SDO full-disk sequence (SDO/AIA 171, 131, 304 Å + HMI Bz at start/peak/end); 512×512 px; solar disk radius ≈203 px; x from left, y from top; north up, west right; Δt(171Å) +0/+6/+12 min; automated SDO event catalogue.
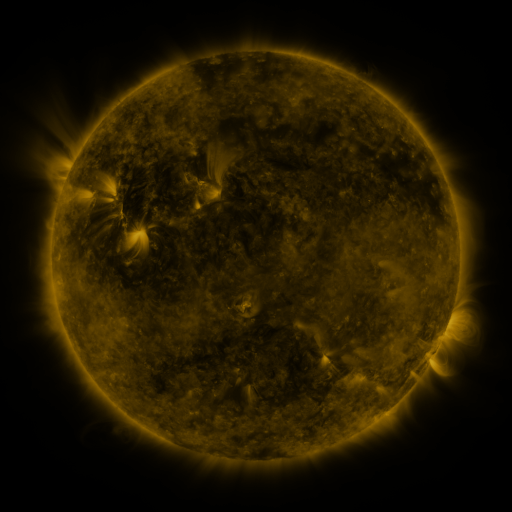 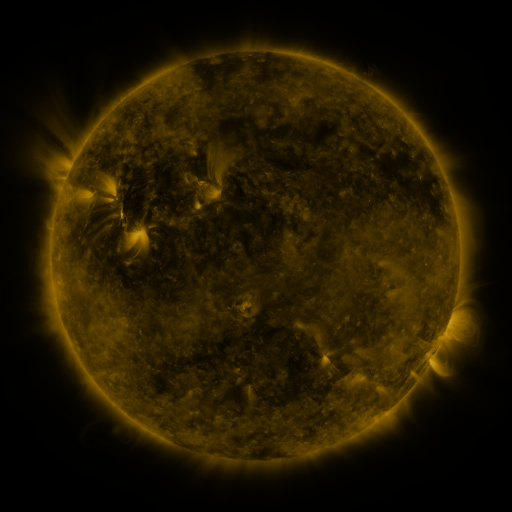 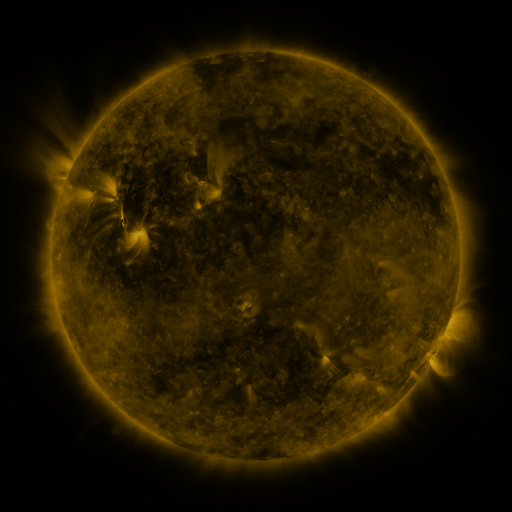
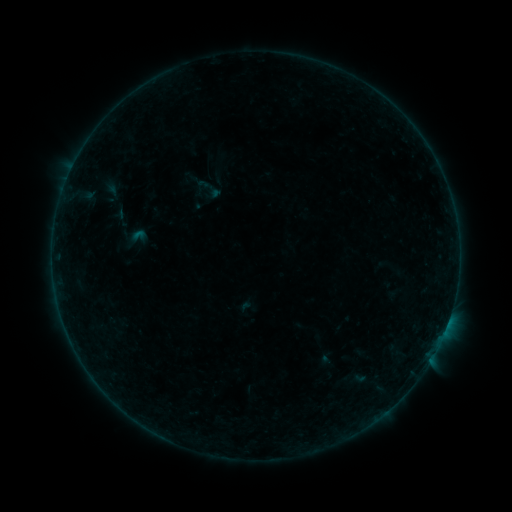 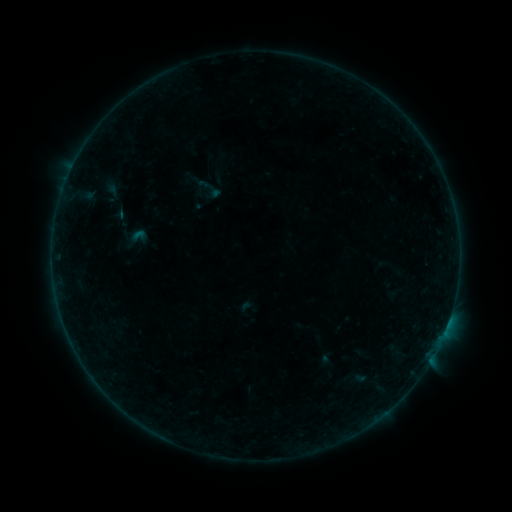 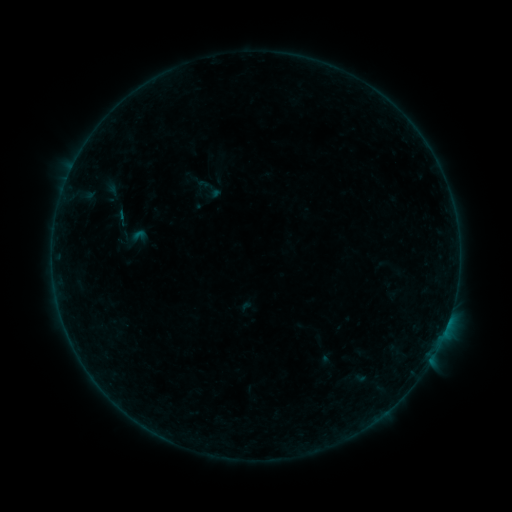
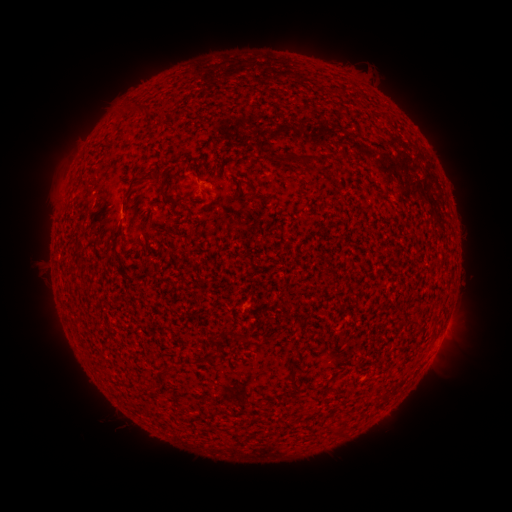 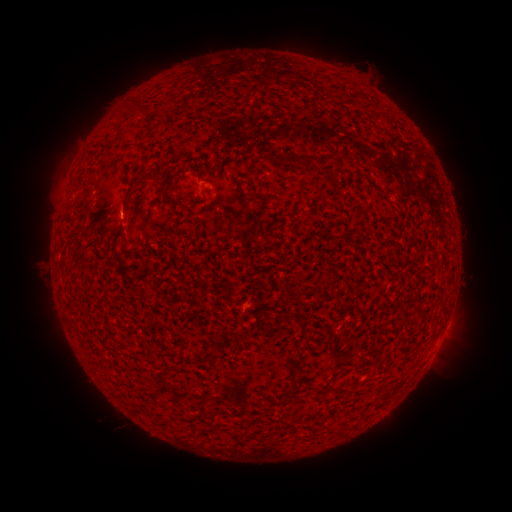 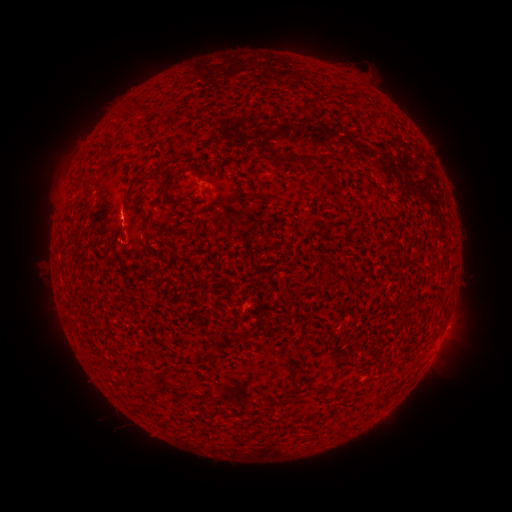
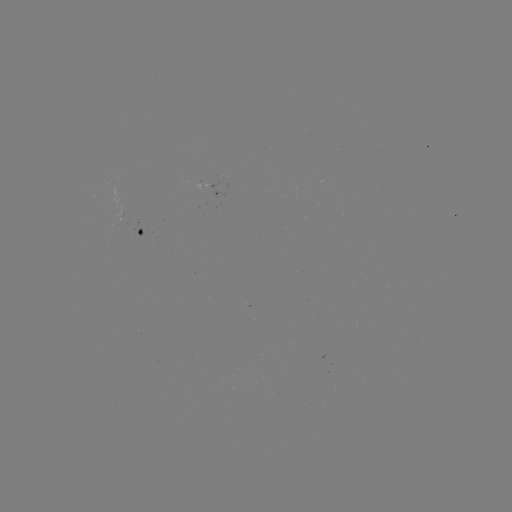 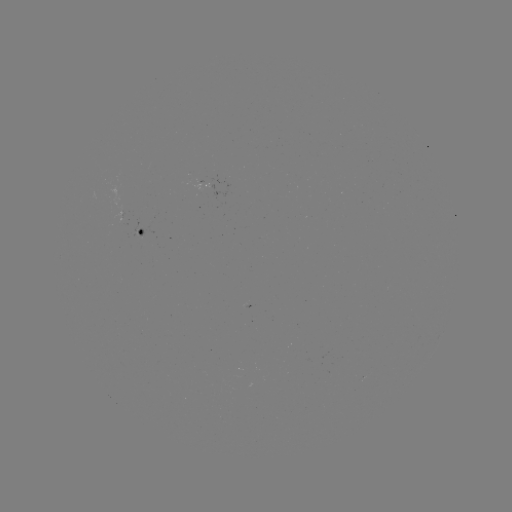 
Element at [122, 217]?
B1.1 flare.